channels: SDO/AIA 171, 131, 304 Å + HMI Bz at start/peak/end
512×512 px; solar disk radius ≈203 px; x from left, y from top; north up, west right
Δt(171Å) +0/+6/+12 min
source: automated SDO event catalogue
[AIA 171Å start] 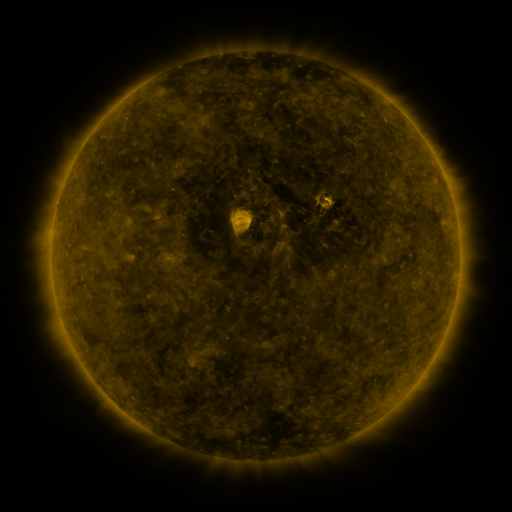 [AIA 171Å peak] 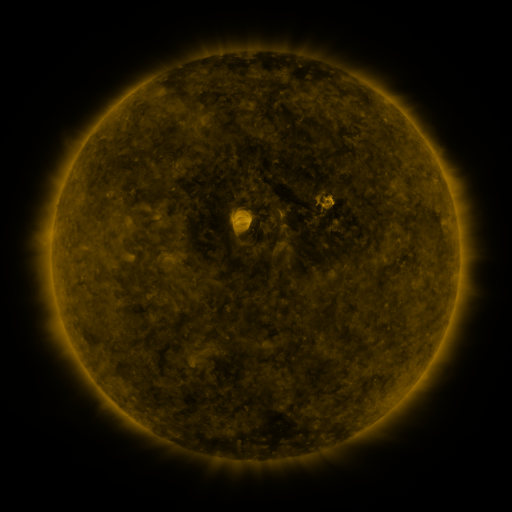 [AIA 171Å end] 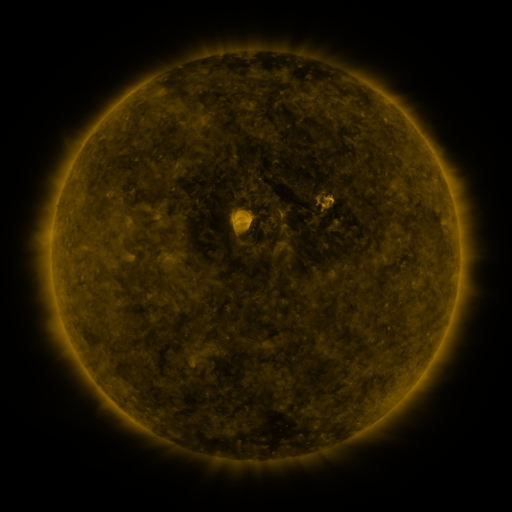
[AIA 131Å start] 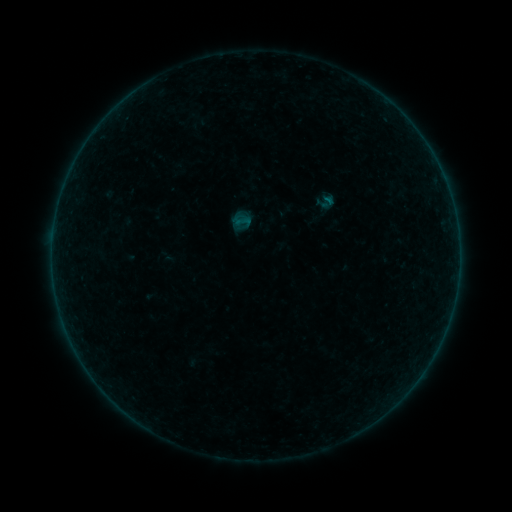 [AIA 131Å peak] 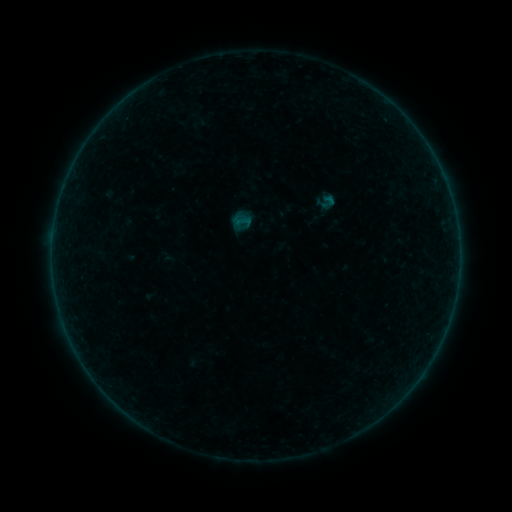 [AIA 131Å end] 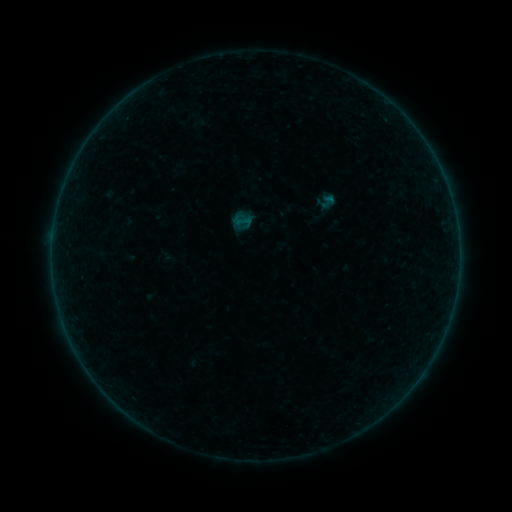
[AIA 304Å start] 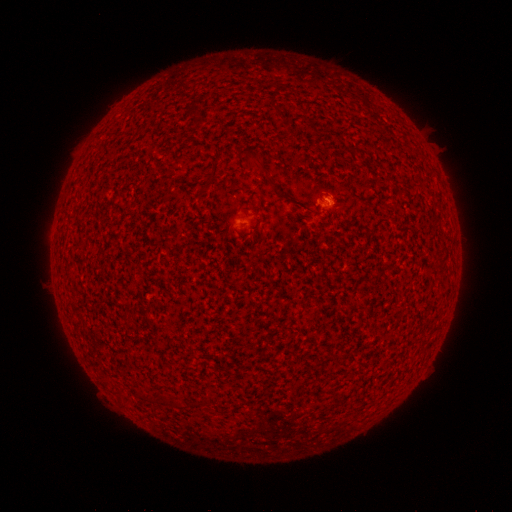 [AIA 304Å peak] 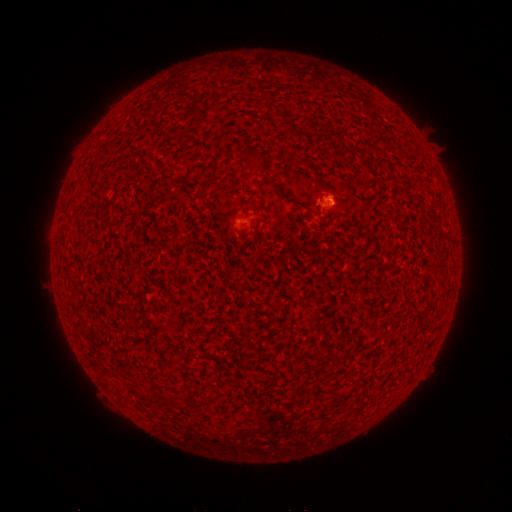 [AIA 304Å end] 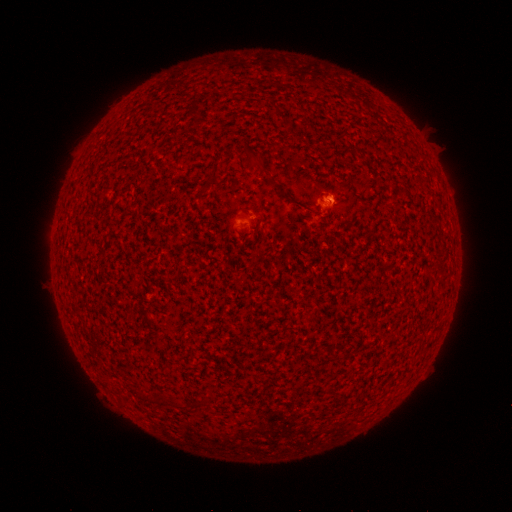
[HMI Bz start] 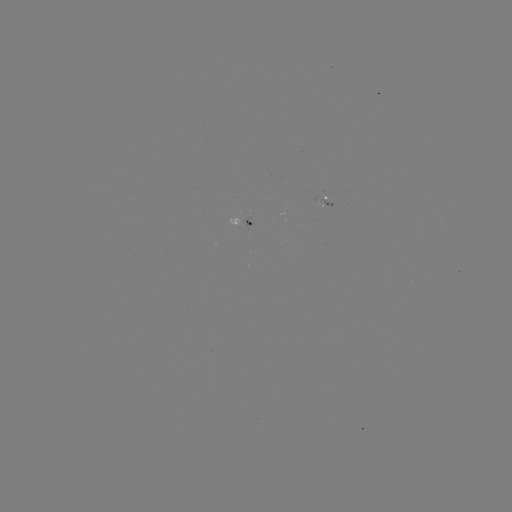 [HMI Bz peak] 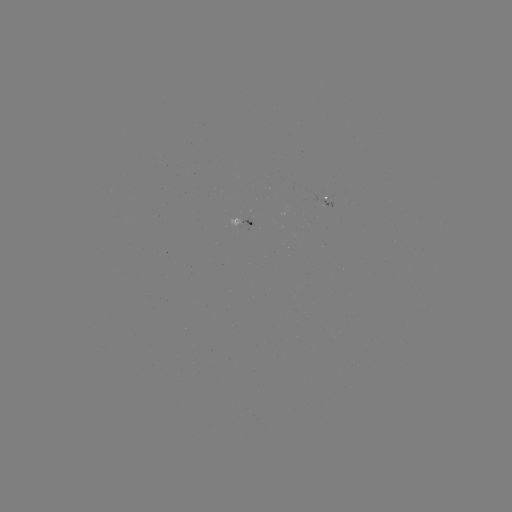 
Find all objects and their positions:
B1.1 flare: (328, 201)
